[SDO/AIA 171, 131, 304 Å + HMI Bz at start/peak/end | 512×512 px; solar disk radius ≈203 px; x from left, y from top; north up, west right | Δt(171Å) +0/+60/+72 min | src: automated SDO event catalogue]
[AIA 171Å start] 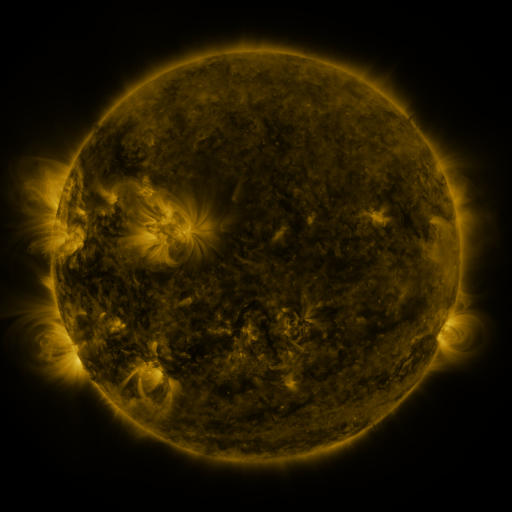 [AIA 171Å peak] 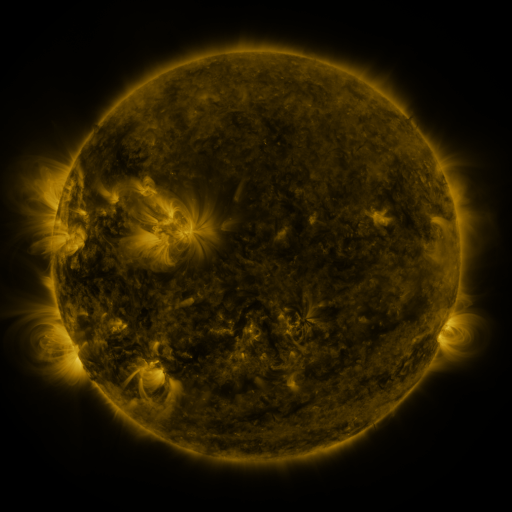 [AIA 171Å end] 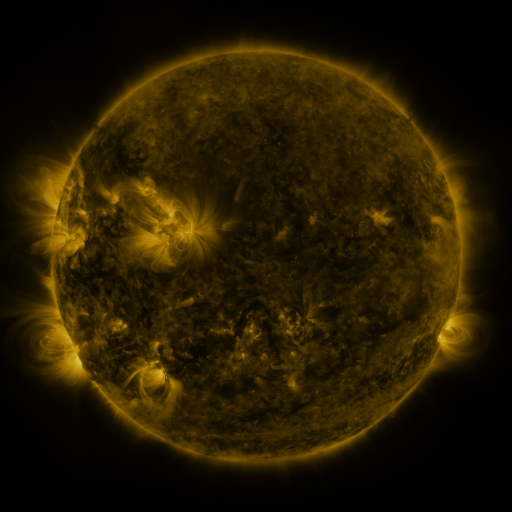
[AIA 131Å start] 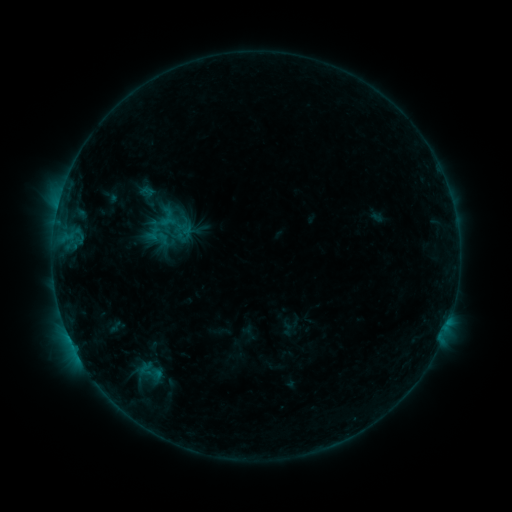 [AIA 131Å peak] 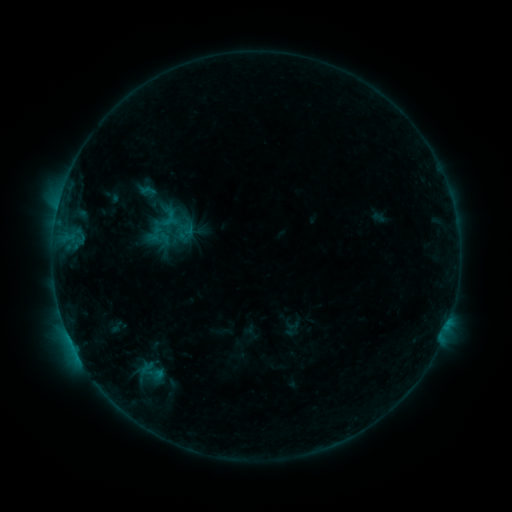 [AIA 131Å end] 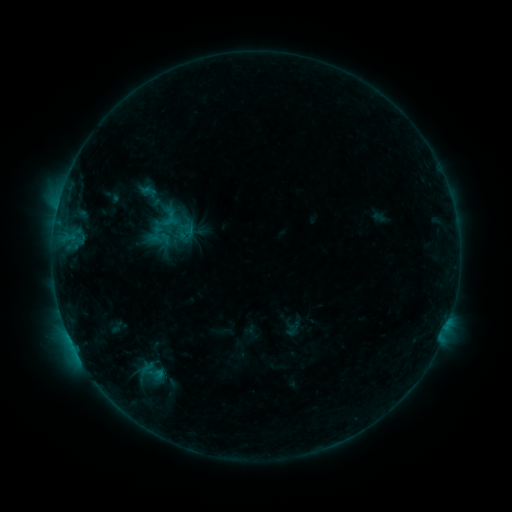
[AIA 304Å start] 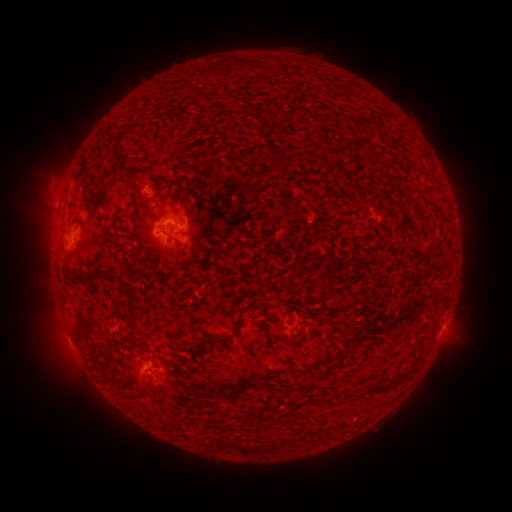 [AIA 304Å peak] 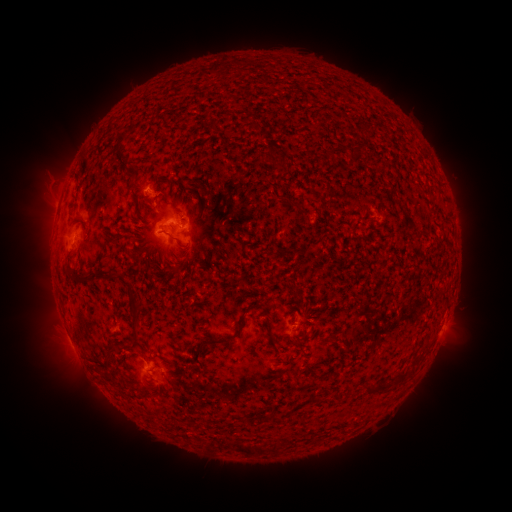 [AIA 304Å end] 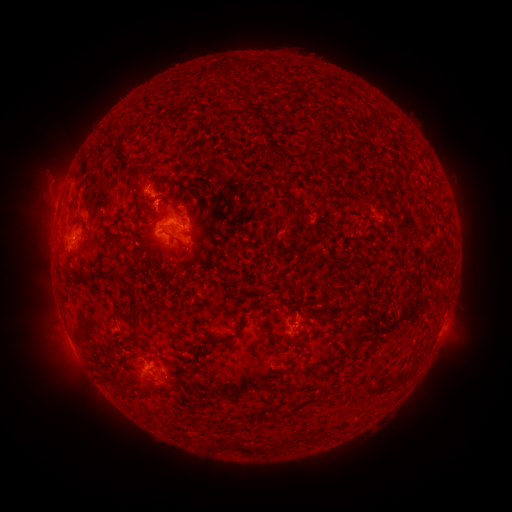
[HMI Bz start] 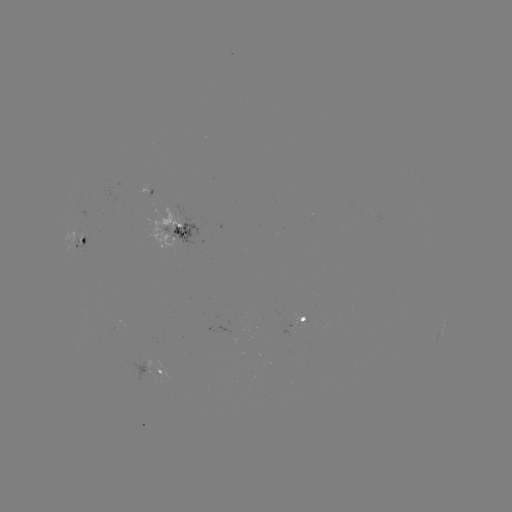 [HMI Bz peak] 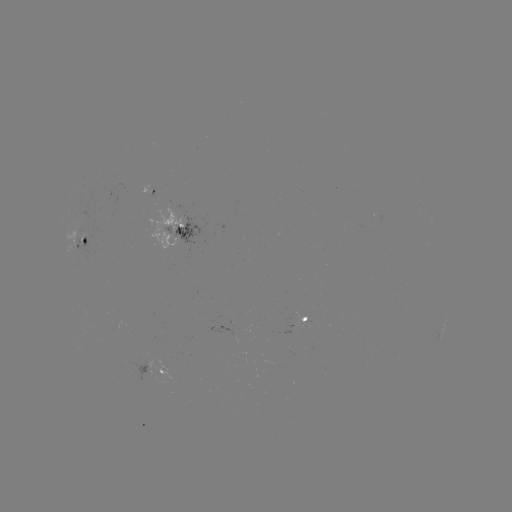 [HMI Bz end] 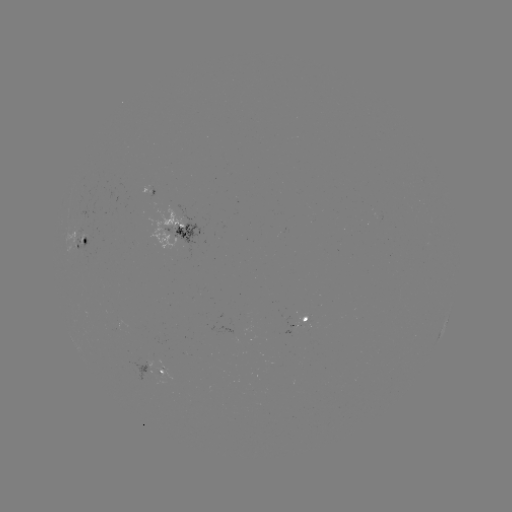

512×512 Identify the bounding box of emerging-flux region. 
[150, 372, 170, 386].